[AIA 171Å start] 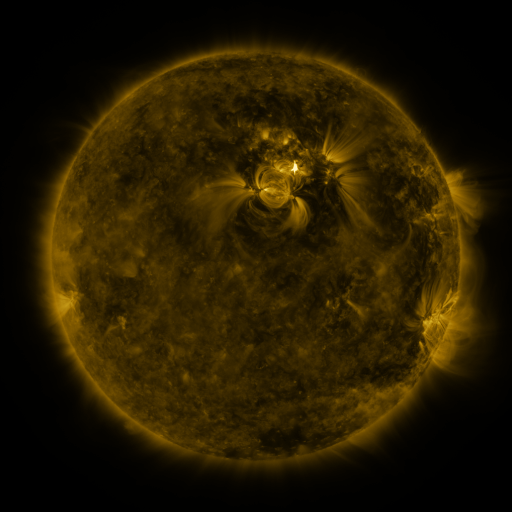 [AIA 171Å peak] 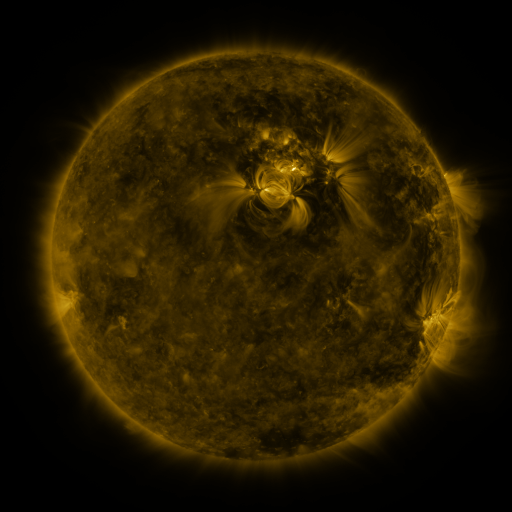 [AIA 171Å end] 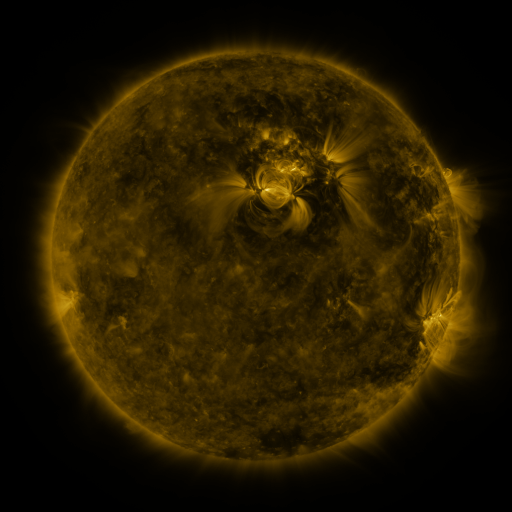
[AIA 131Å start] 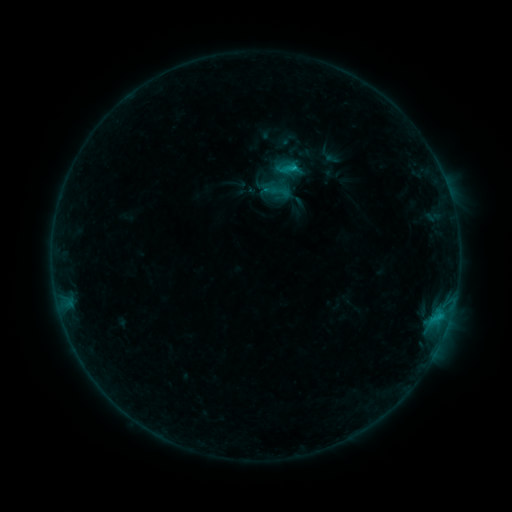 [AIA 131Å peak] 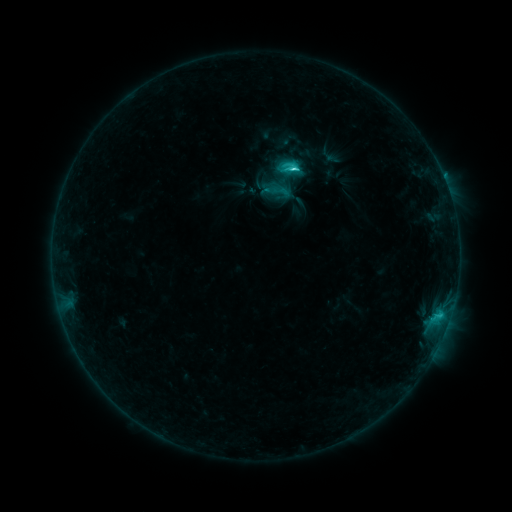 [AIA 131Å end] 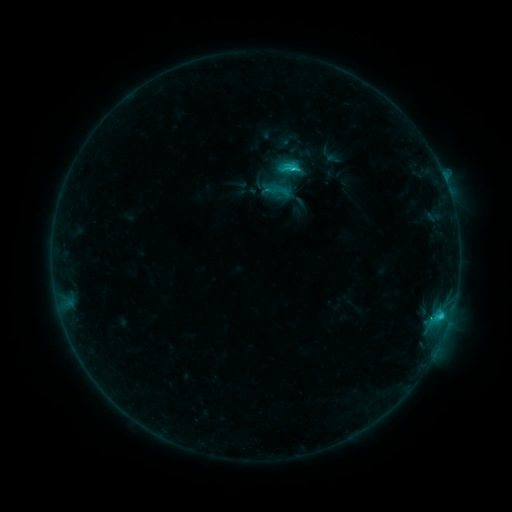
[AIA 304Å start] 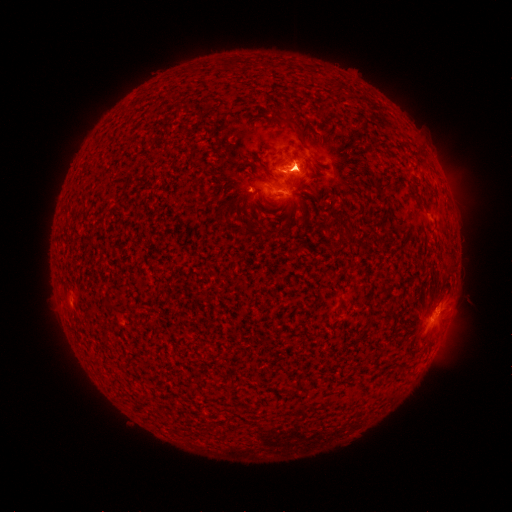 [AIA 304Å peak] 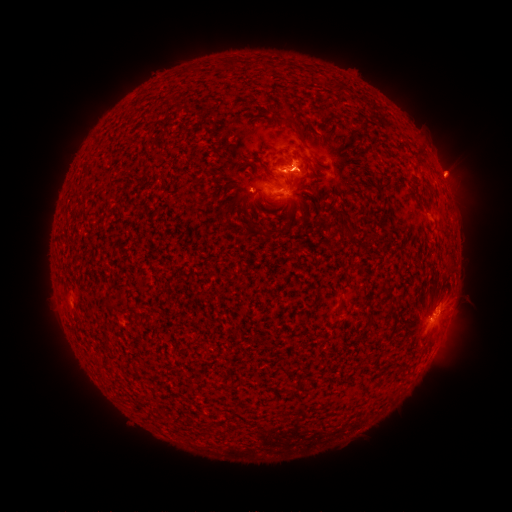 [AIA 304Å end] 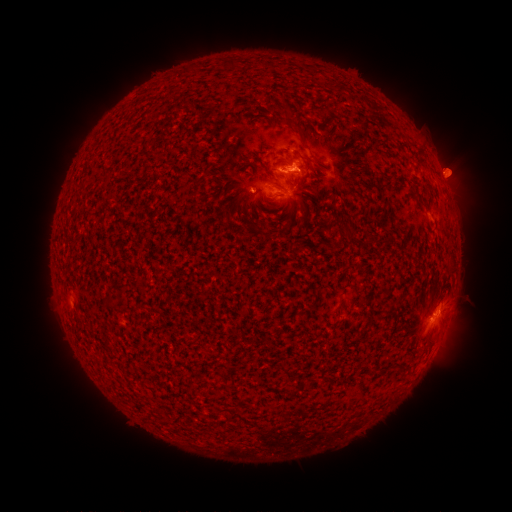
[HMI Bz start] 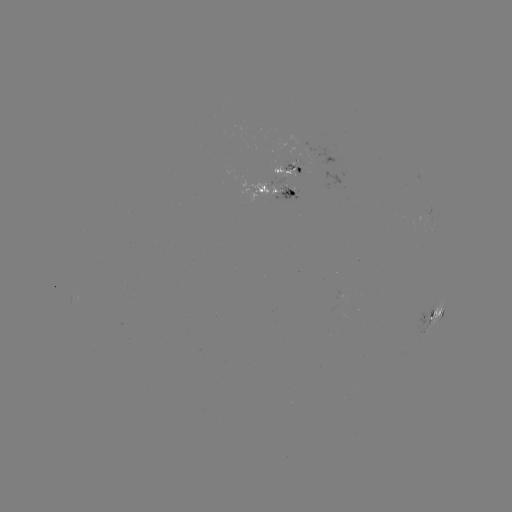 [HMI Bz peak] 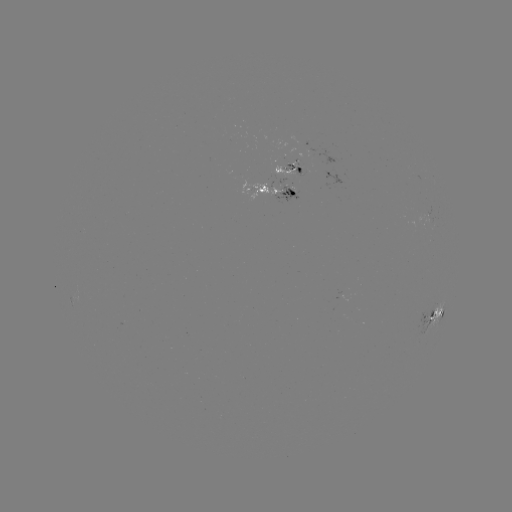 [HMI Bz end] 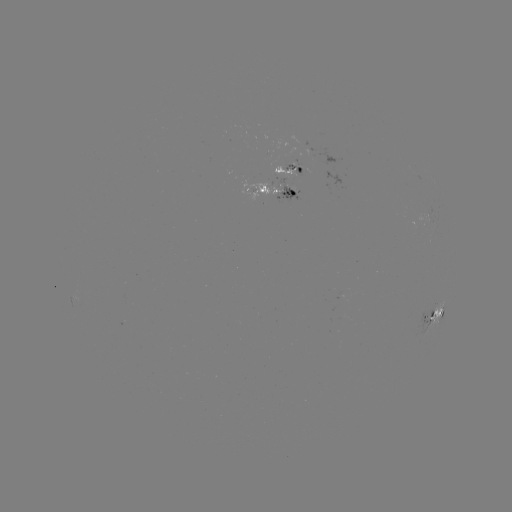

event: eruption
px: (455, 164)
